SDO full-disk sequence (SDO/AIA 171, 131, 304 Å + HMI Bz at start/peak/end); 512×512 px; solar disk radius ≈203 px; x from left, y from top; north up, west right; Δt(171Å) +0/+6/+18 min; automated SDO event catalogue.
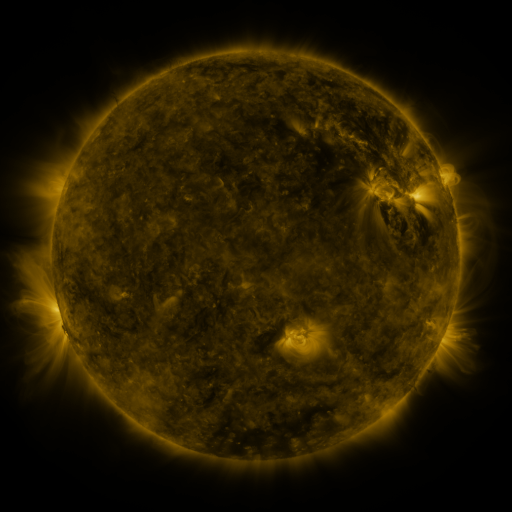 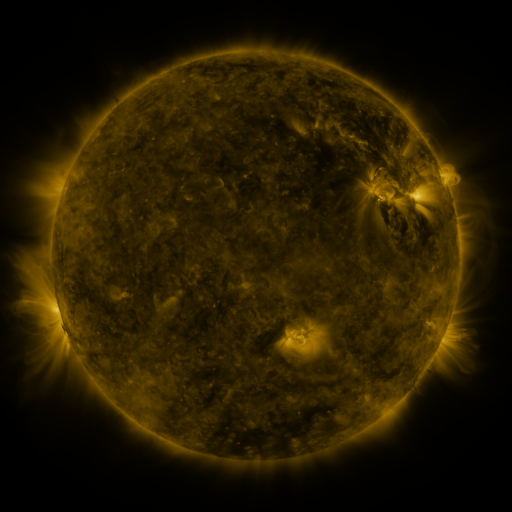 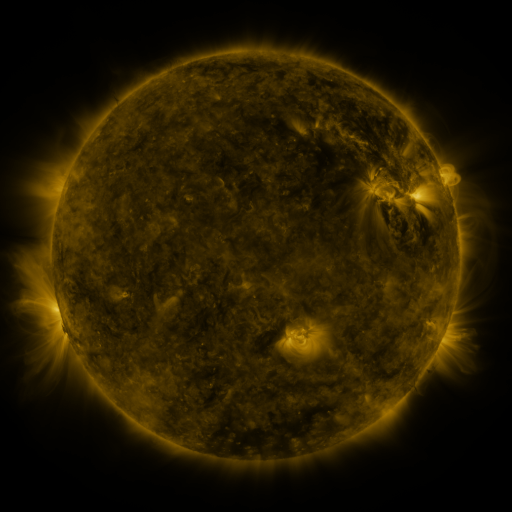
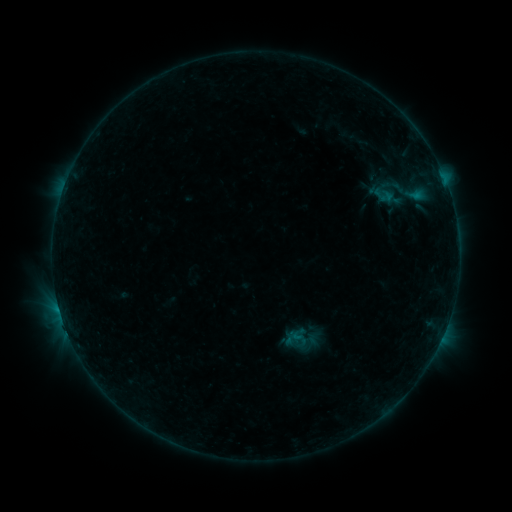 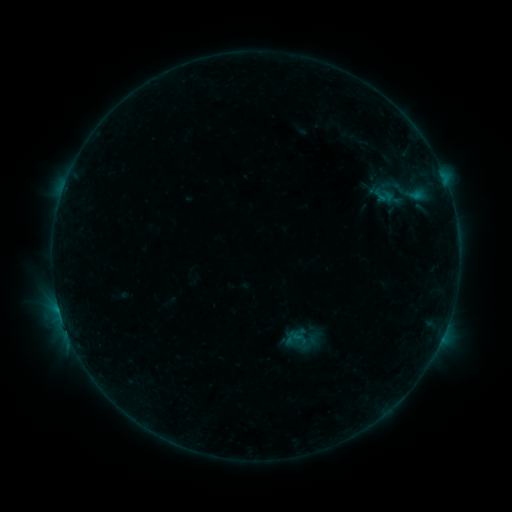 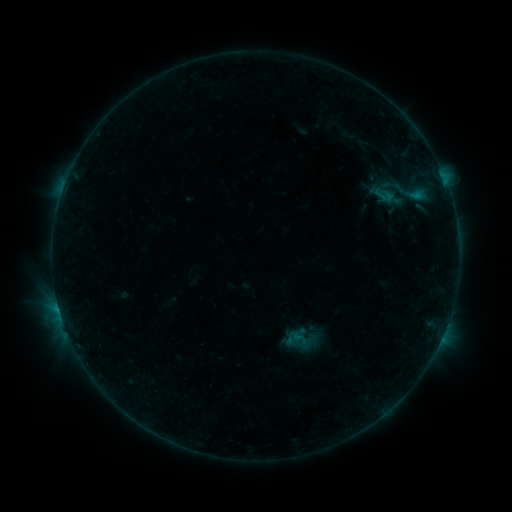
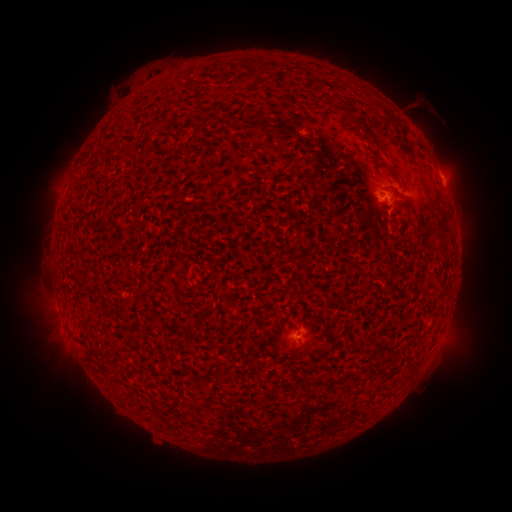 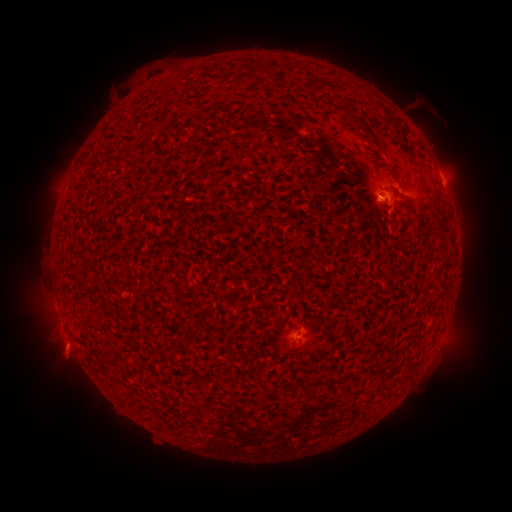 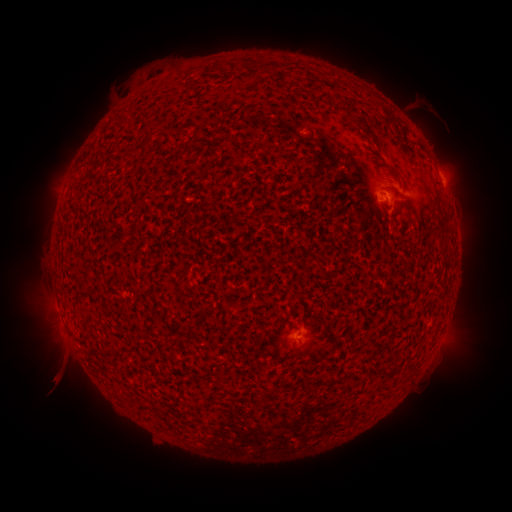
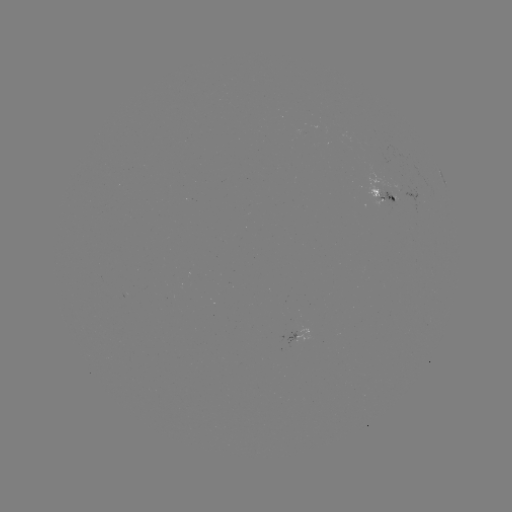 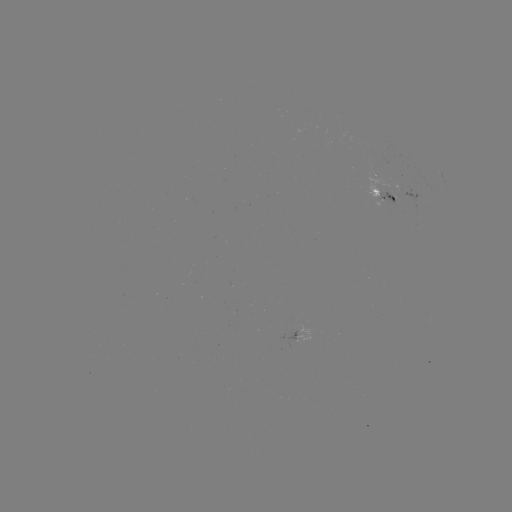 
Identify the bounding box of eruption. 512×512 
[32, 325, 93, 396].